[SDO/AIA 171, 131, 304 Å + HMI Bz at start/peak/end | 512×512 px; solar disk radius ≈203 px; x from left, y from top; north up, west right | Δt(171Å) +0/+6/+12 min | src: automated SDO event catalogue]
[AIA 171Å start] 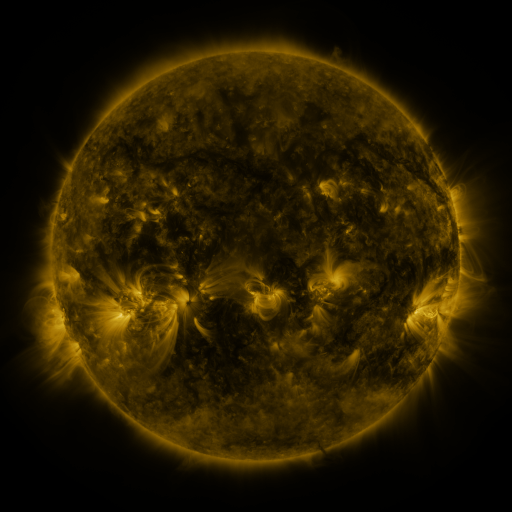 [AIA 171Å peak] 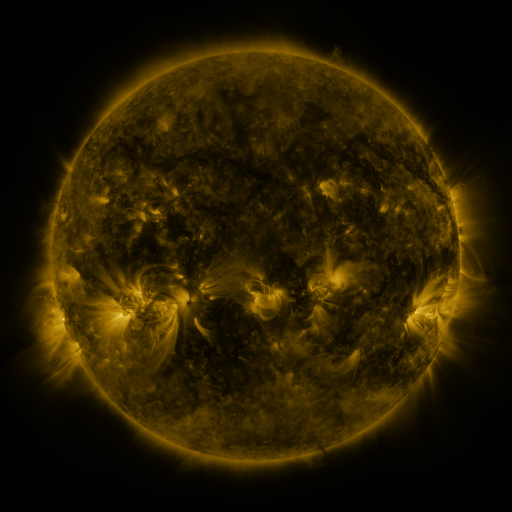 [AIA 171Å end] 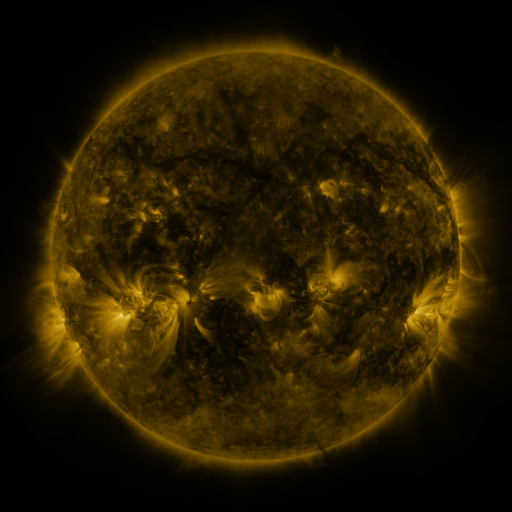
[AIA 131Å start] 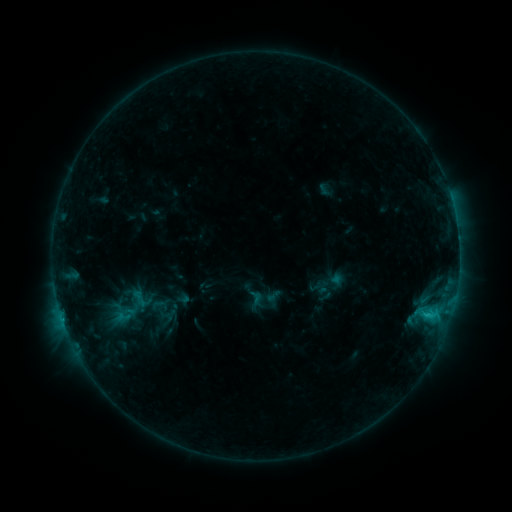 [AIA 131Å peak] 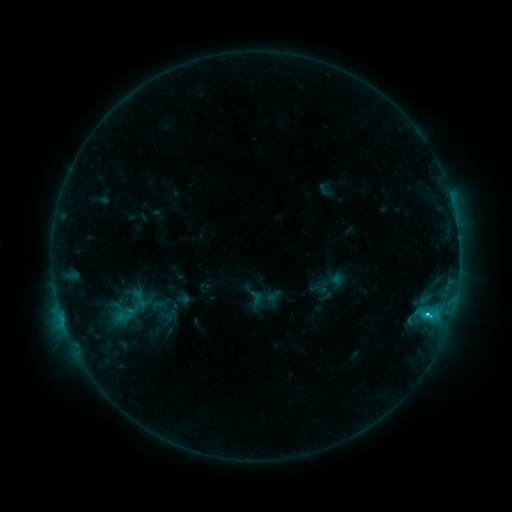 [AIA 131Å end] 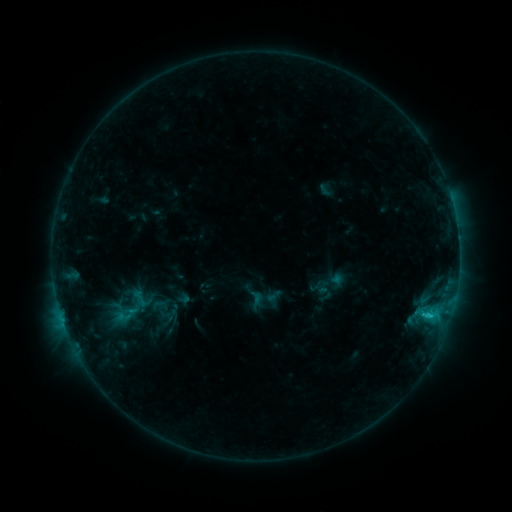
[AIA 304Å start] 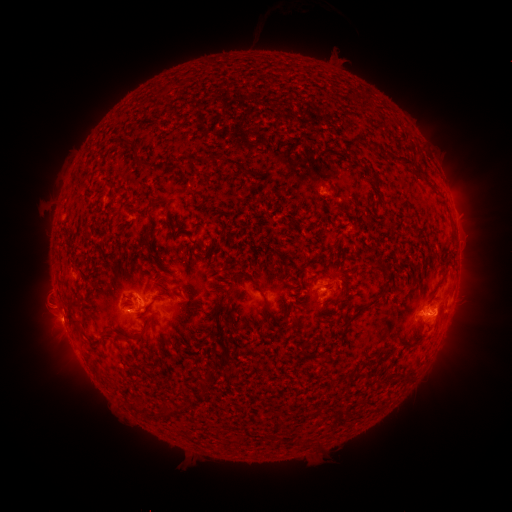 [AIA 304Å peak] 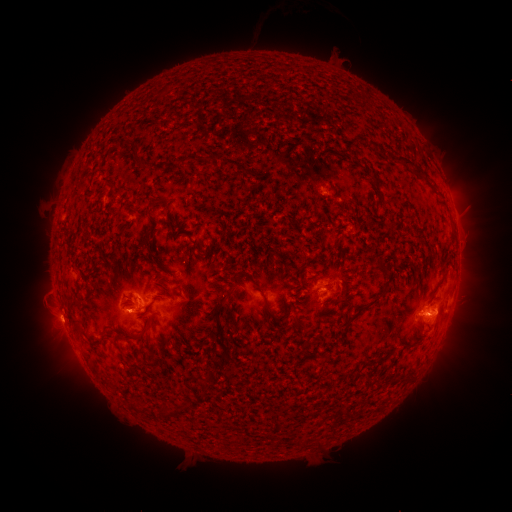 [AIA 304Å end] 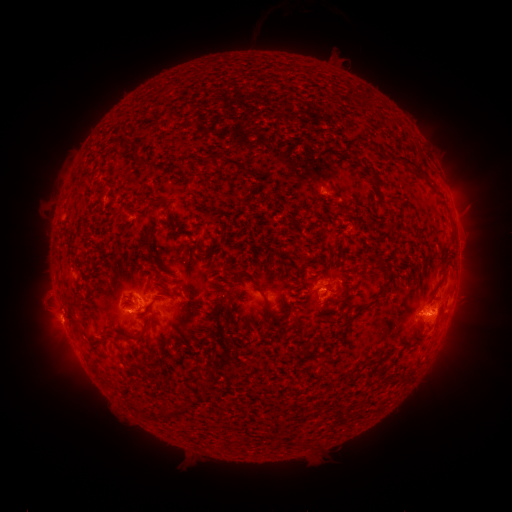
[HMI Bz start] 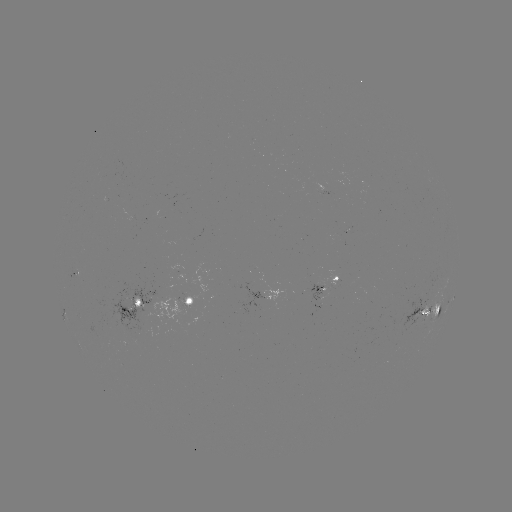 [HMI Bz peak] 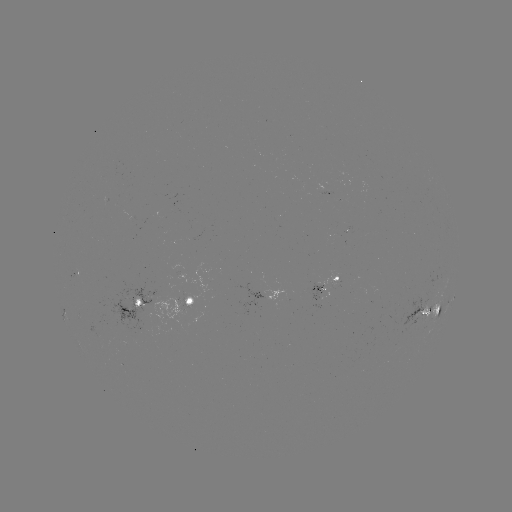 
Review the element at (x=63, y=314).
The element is C1.7 flare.